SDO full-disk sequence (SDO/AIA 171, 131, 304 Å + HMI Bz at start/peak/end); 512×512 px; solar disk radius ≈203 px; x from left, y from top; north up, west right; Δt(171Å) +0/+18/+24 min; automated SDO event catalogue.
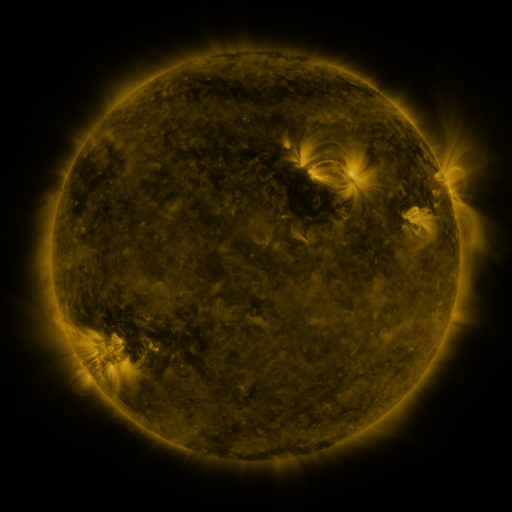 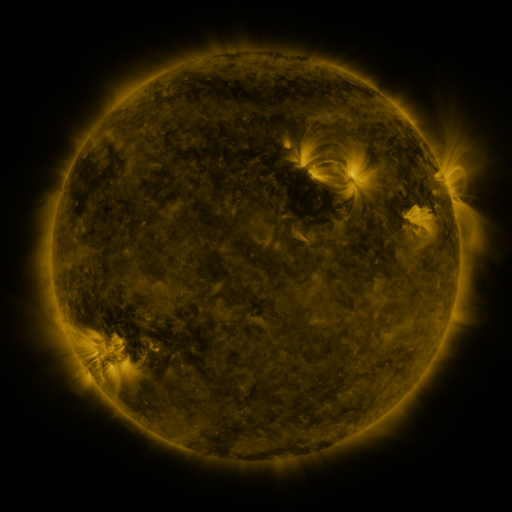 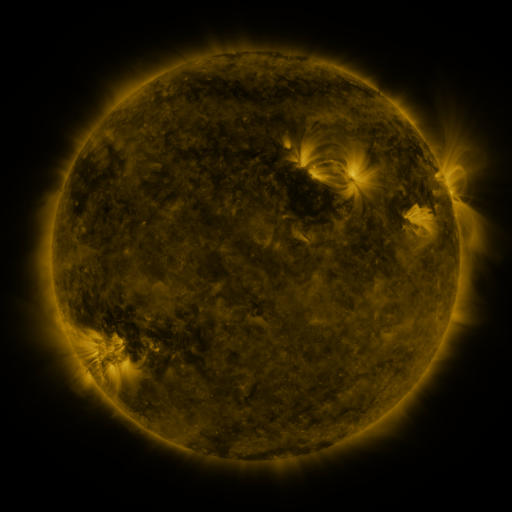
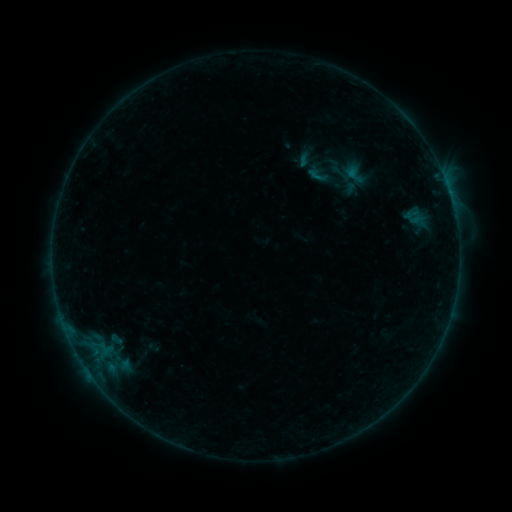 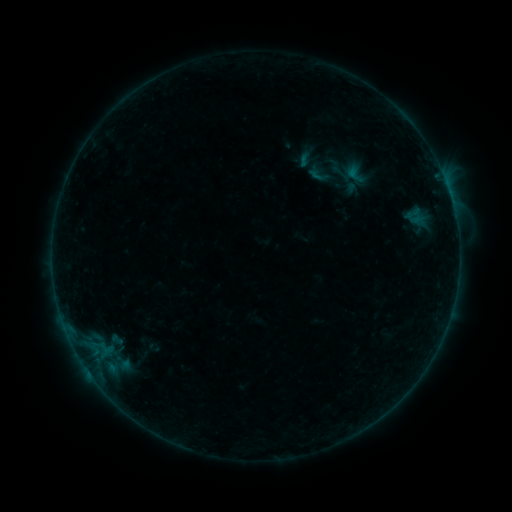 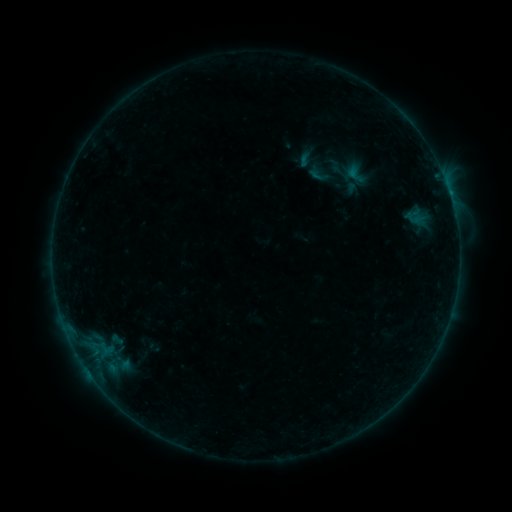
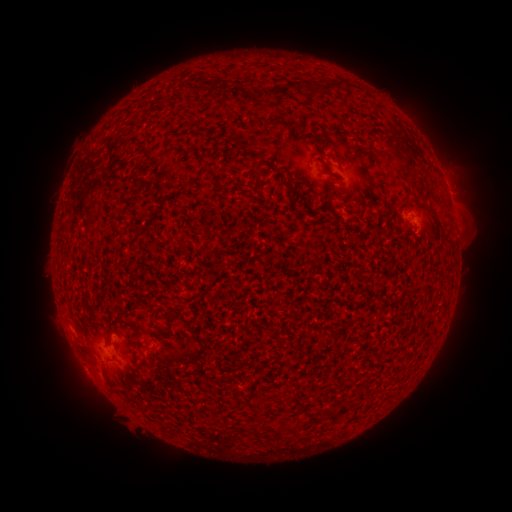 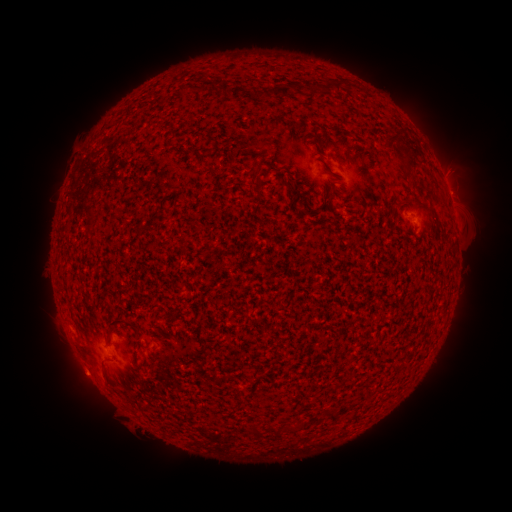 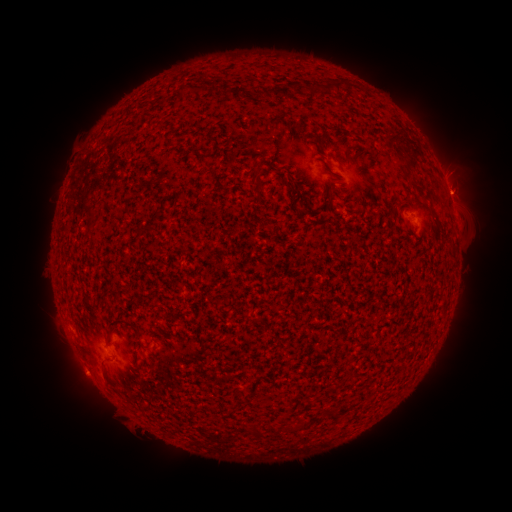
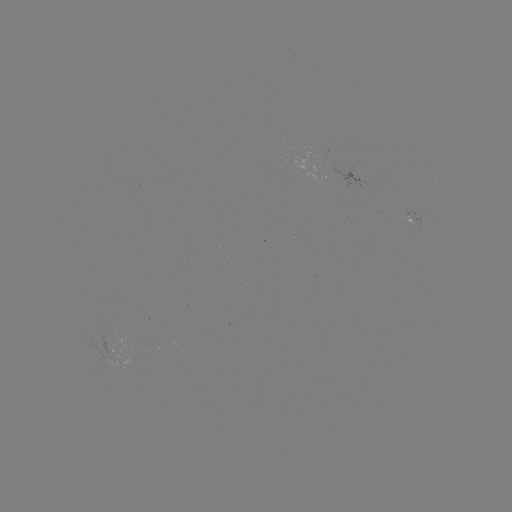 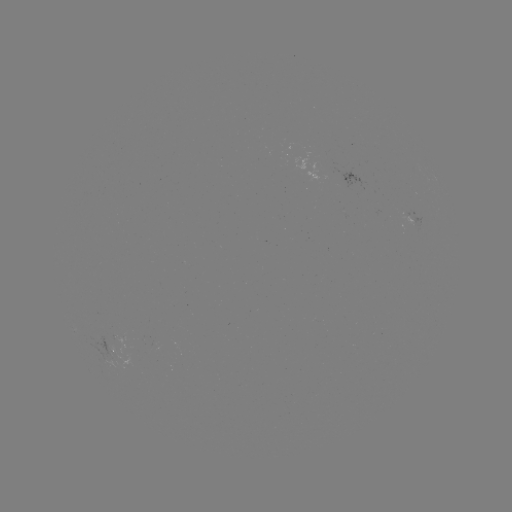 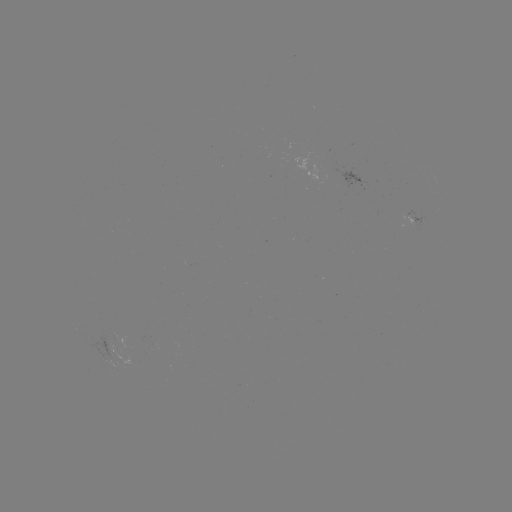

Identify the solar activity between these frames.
eruption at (462, 172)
